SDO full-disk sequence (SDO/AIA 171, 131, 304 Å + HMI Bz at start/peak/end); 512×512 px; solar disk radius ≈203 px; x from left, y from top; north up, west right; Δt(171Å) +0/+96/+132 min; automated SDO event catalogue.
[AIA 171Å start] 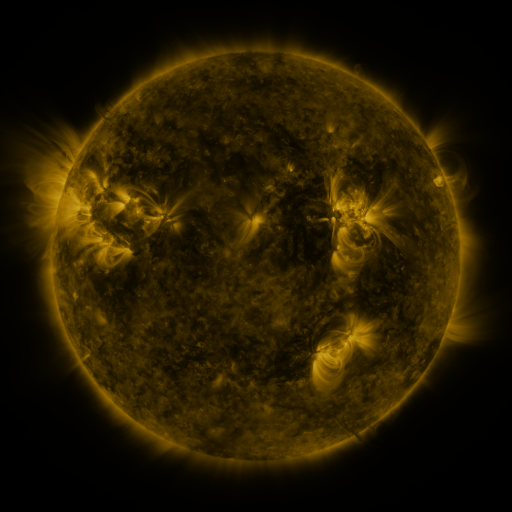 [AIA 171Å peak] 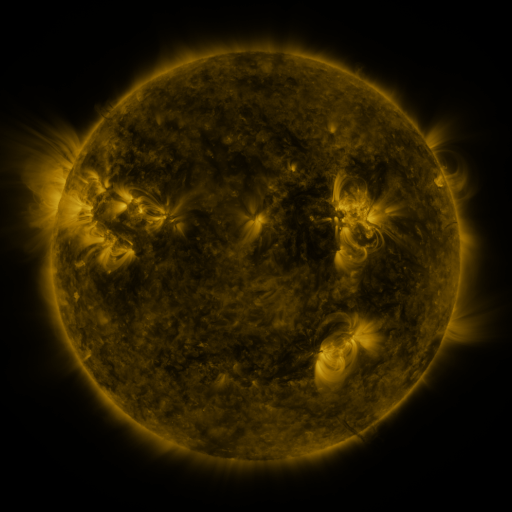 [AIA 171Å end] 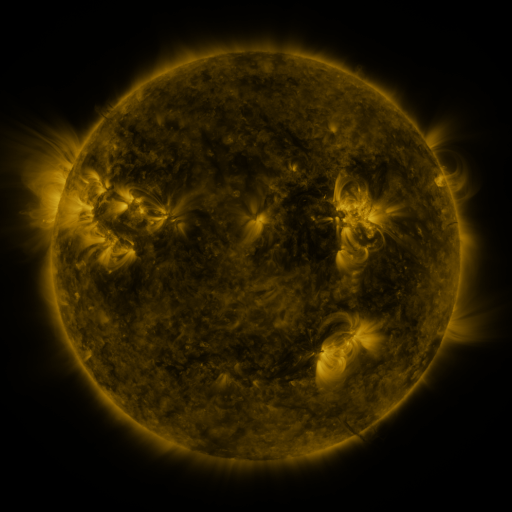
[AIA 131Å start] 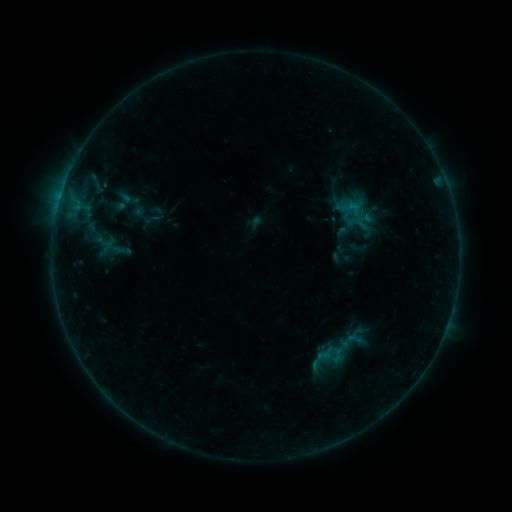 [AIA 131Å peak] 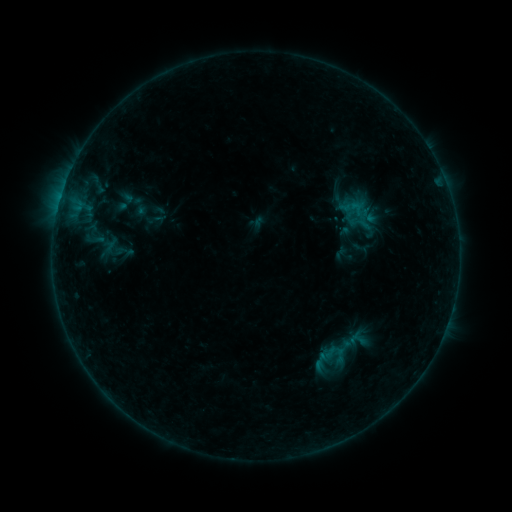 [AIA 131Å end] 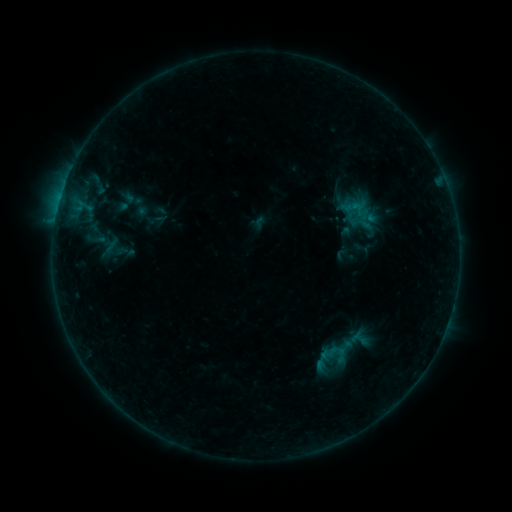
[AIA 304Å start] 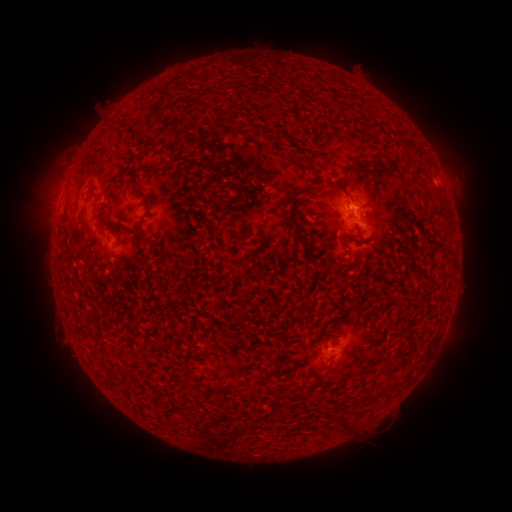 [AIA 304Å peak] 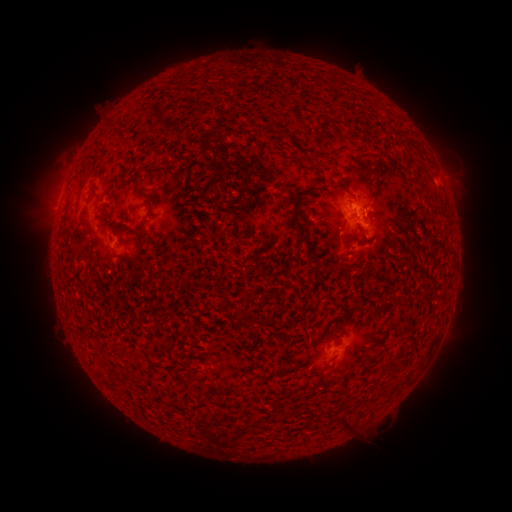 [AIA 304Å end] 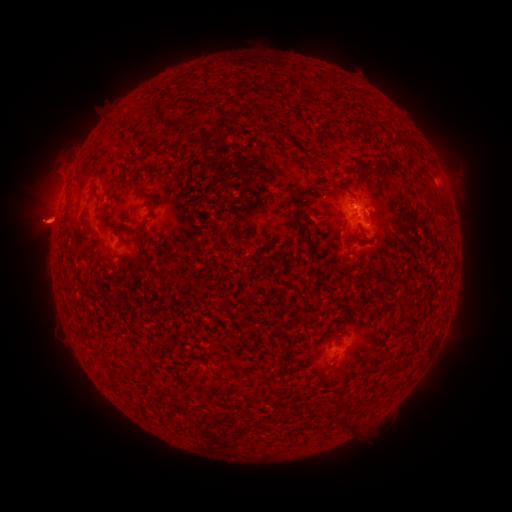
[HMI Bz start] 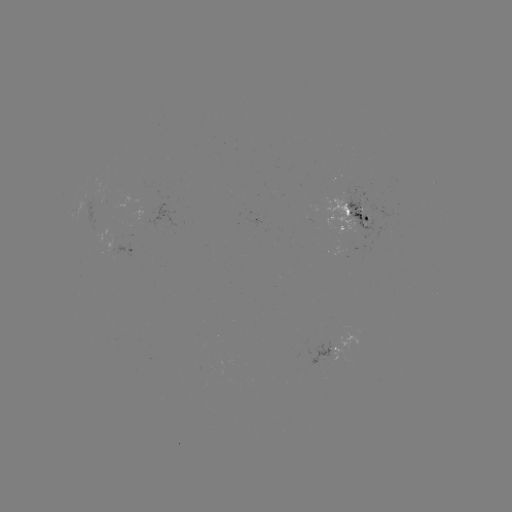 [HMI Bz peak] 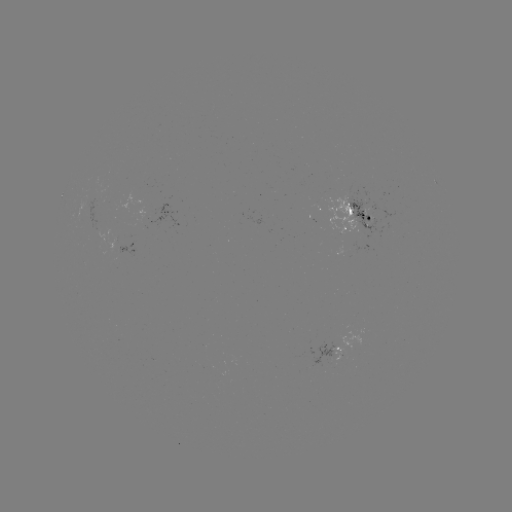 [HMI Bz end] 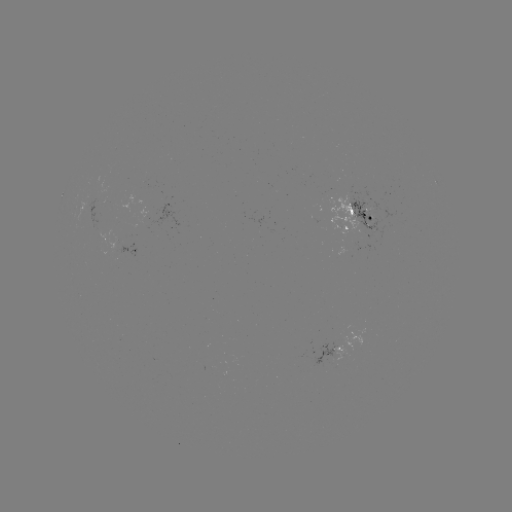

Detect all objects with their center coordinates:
emerging-flux region: (365, 211)
